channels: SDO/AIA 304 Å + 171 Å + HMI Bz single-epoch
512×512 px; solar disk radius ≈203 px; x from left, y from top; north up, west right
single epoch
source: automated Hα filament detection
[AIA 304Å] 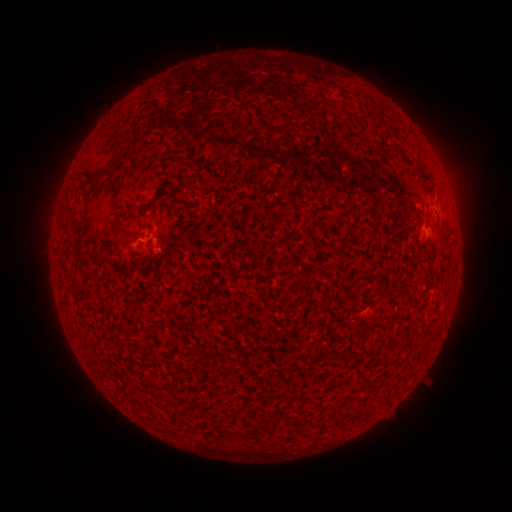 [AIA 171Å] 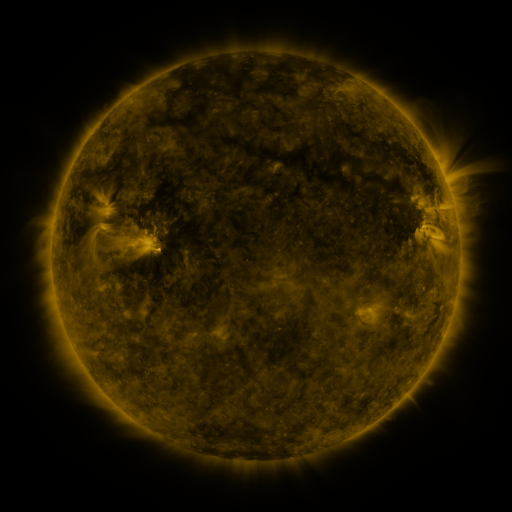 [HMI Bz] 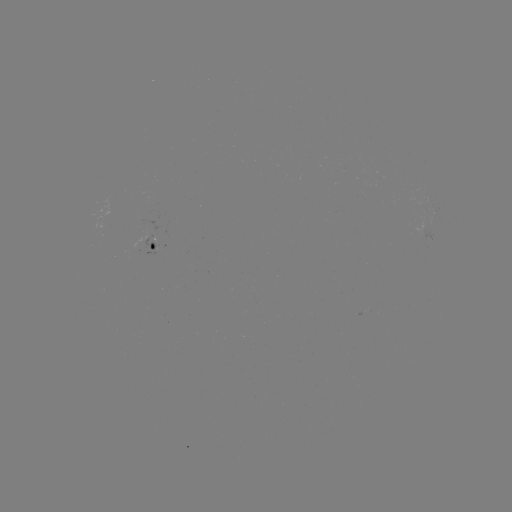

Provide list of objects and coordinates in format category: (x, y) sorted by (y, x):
filament: (118, 156)
filament: (97, 180)
filament: (145, 207)
filament: (126, 234)
